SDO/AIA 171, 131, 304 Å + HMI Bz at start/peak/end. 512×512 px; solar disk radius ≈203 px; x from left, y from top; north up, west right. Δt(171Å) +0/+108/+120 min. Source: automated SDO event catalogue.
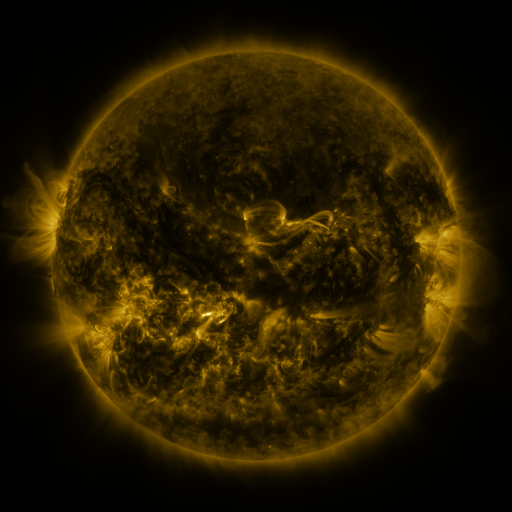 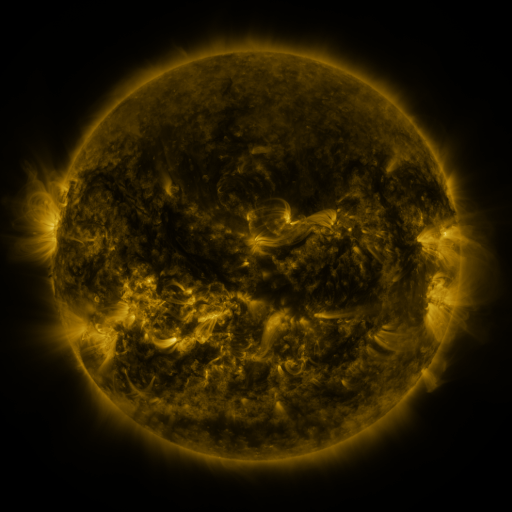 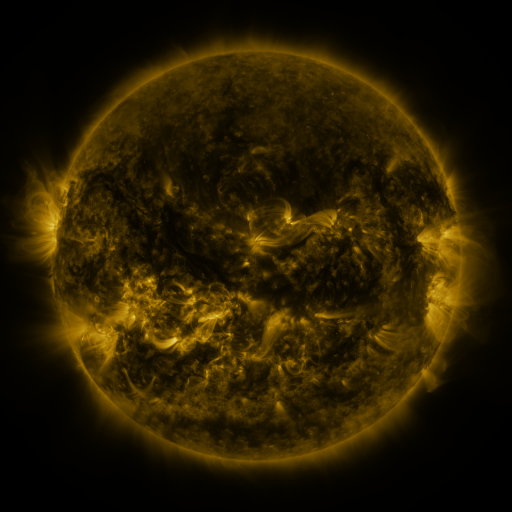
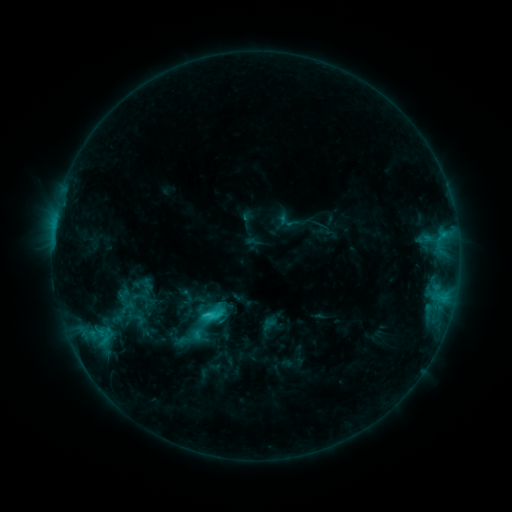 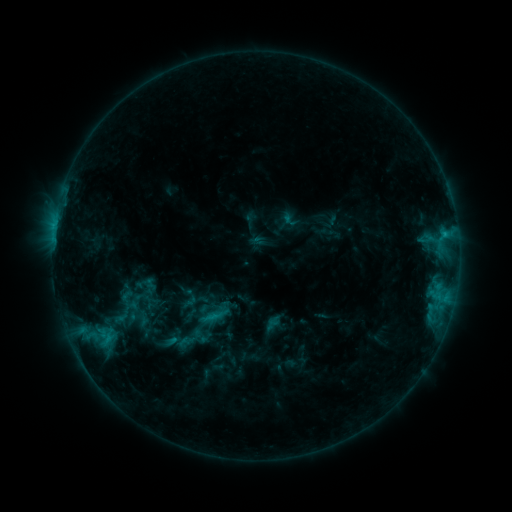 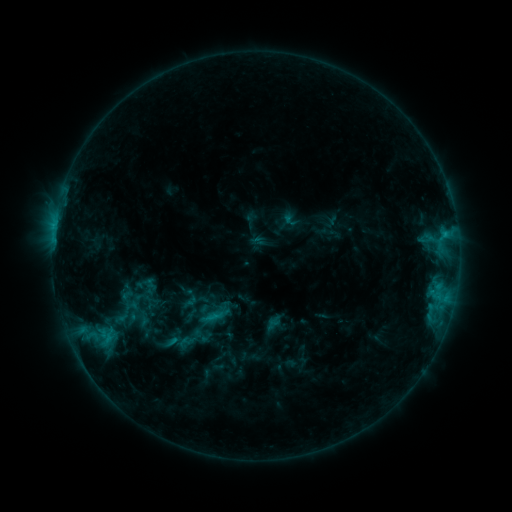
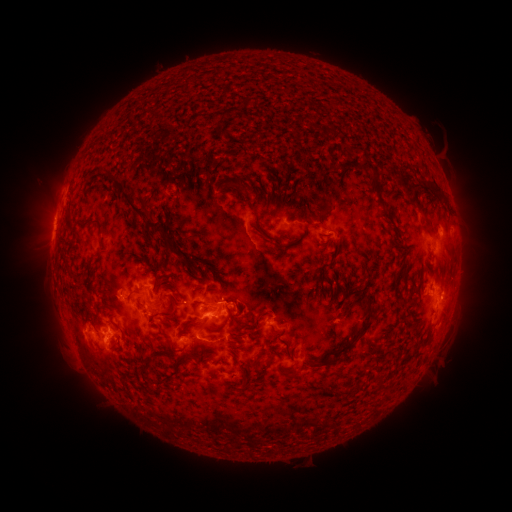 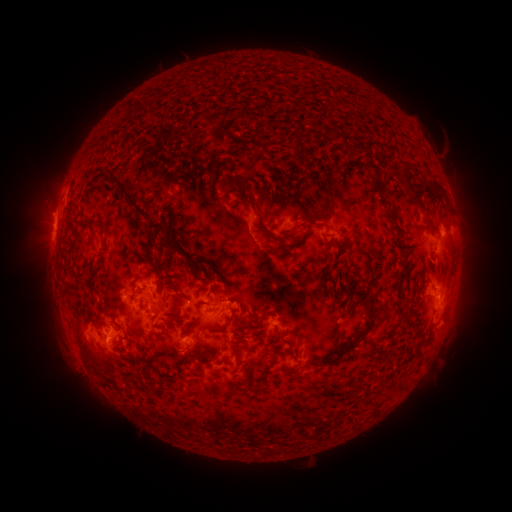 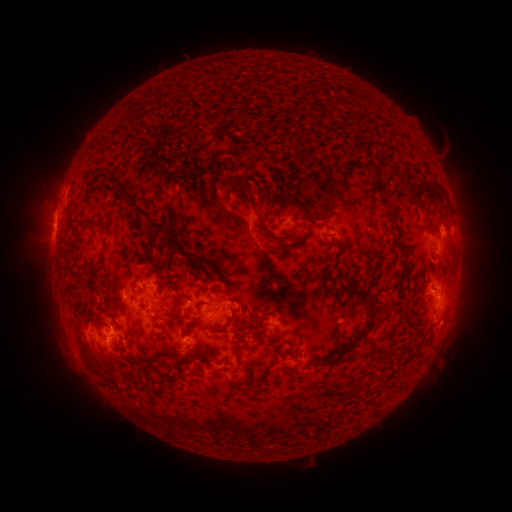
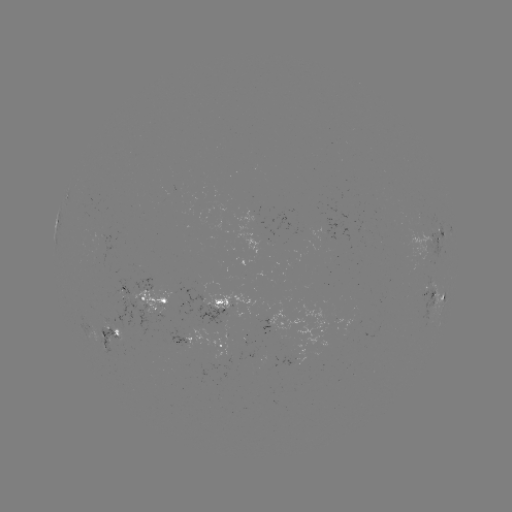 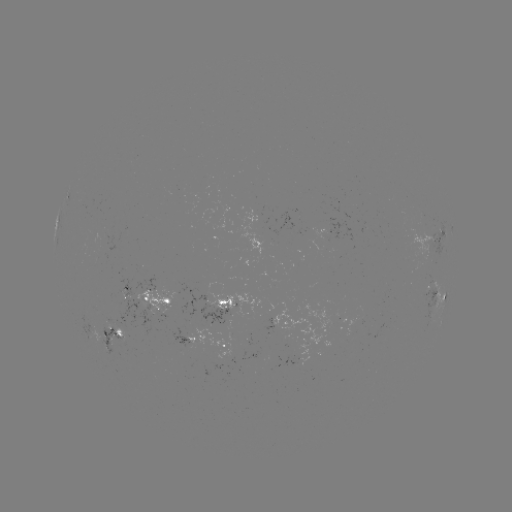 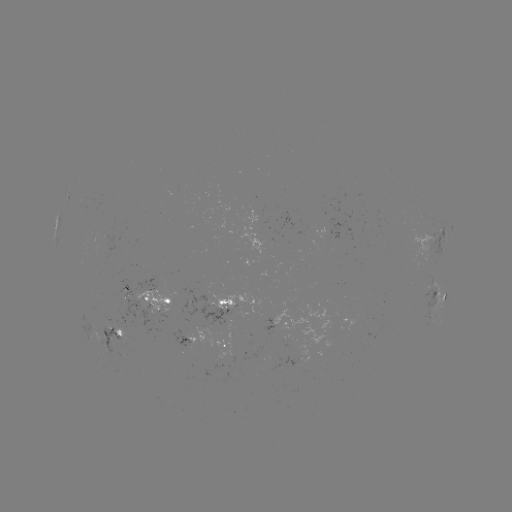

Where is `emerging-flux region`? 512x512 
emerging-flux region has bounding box [168, 325, 198, 349].